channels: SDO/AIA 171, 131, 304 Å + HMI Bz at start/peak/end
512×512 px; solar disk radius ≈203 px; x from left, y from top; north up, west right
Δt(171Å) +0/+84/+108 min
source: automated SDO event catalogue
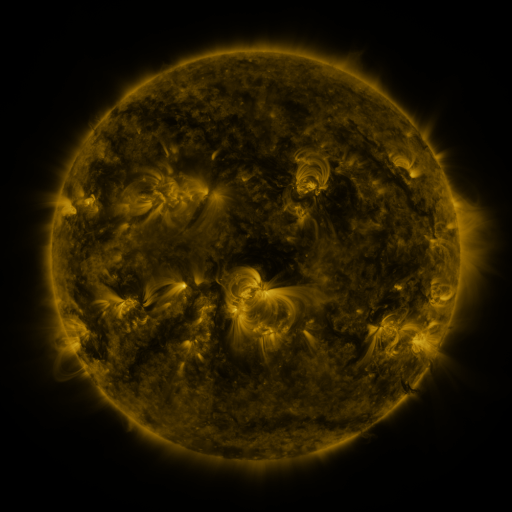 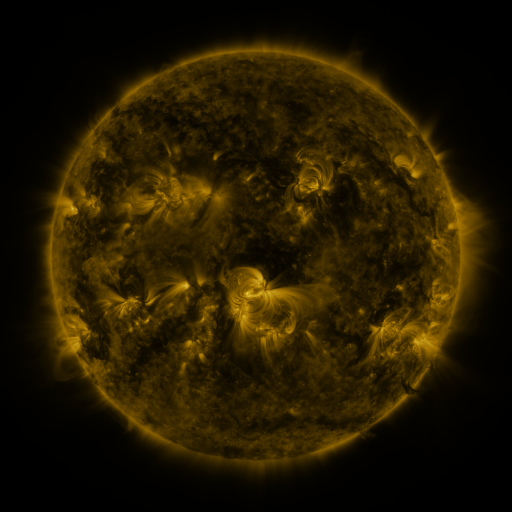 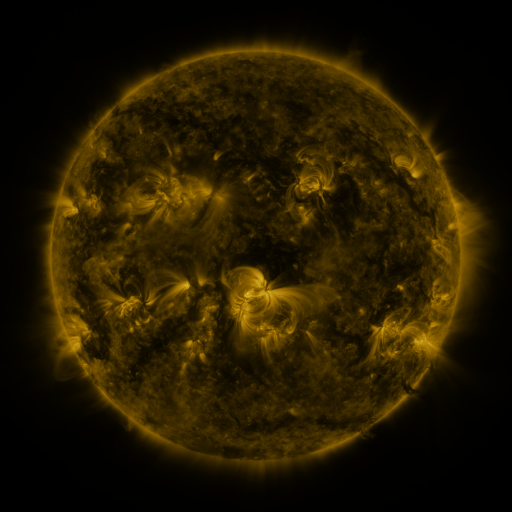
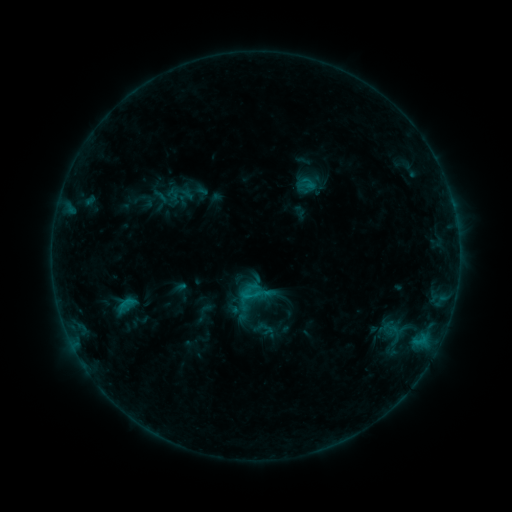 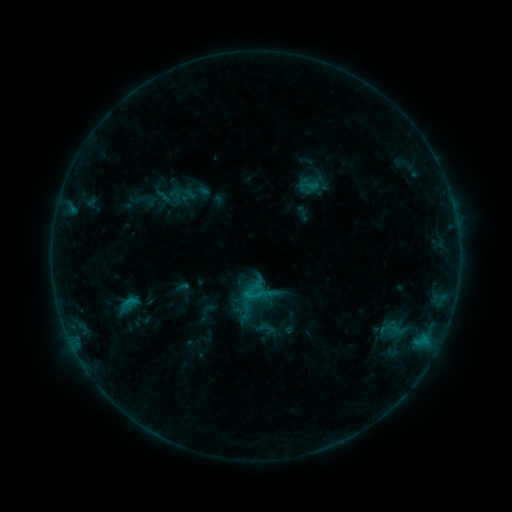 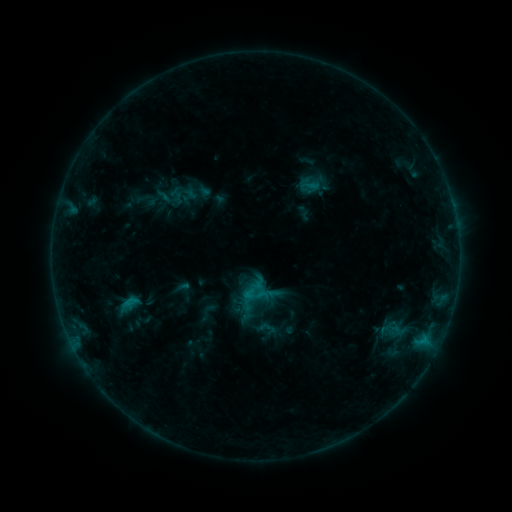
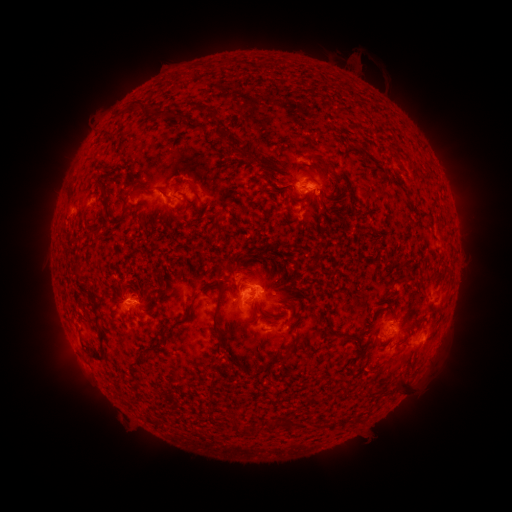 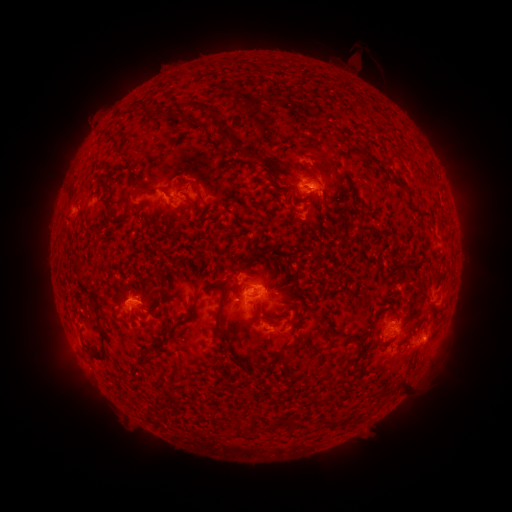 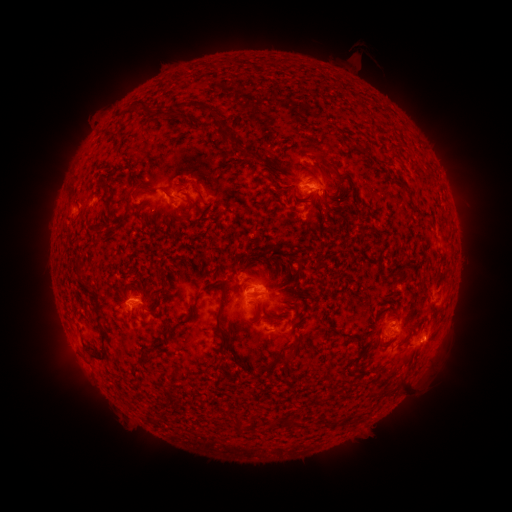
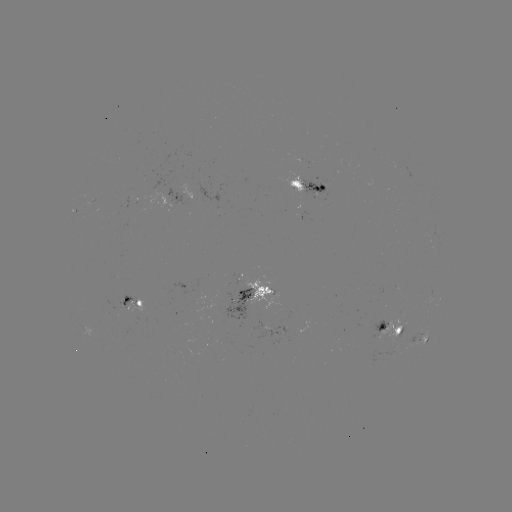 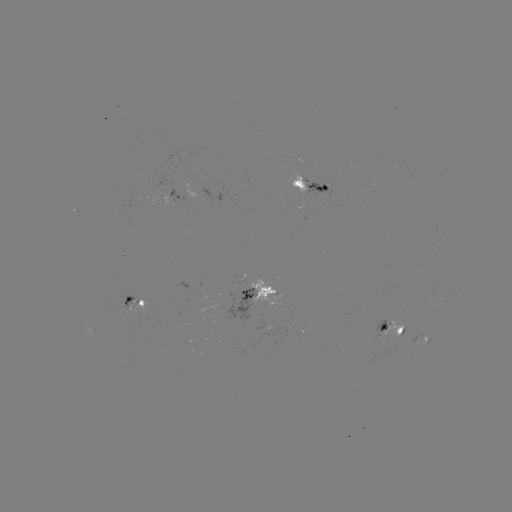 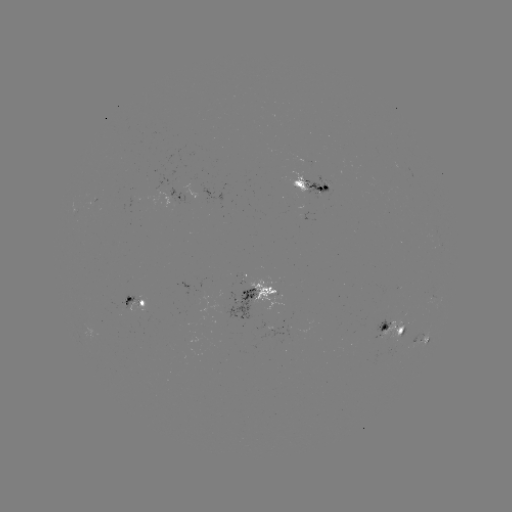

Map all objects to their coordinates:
emerging-flux region: (304, 171)
